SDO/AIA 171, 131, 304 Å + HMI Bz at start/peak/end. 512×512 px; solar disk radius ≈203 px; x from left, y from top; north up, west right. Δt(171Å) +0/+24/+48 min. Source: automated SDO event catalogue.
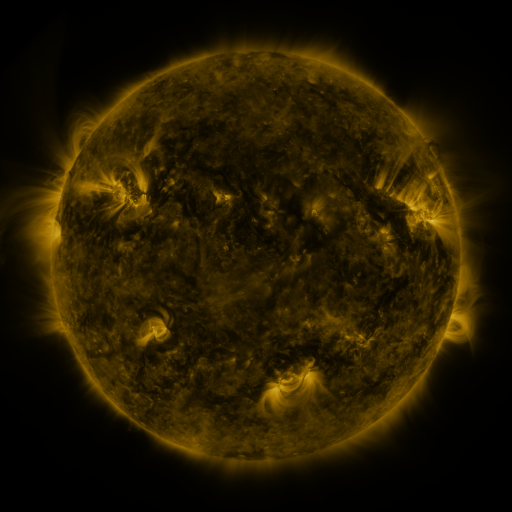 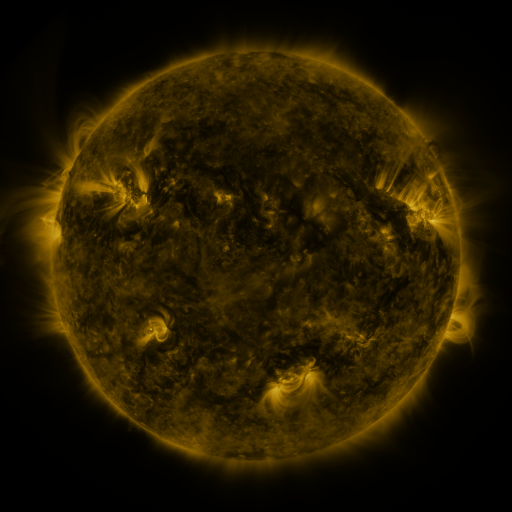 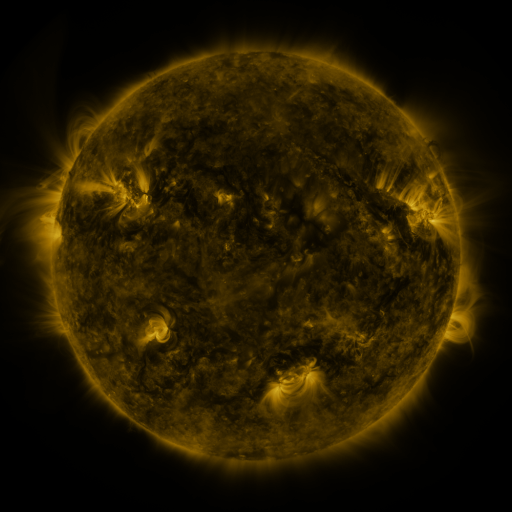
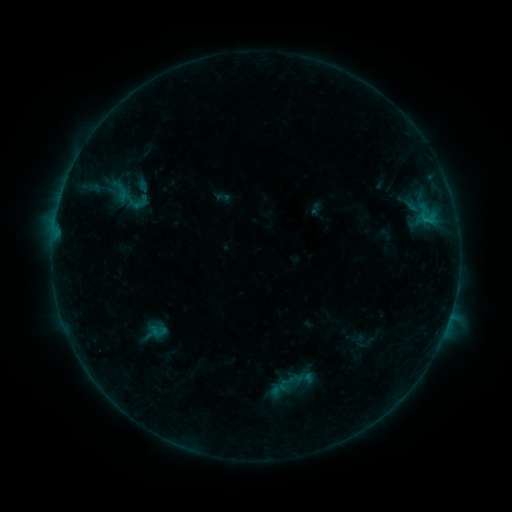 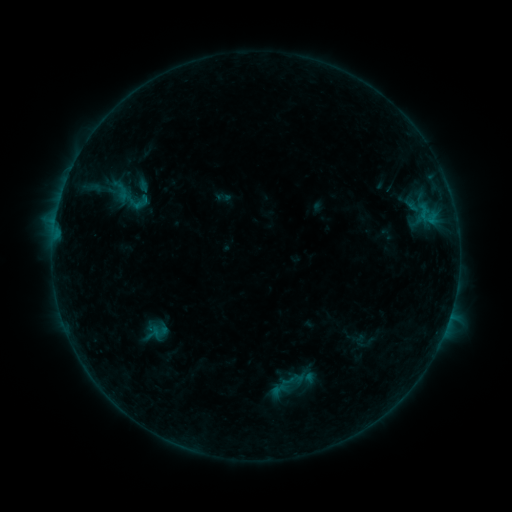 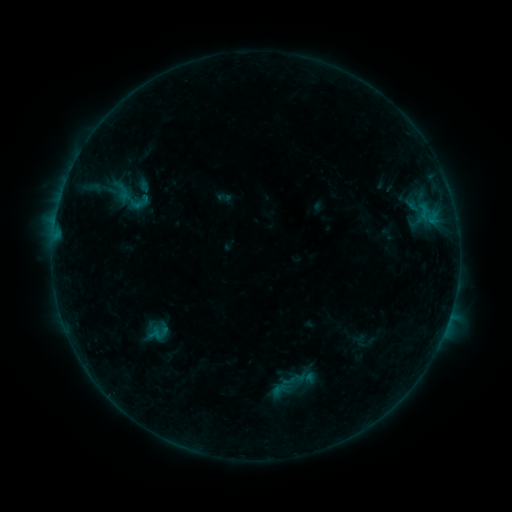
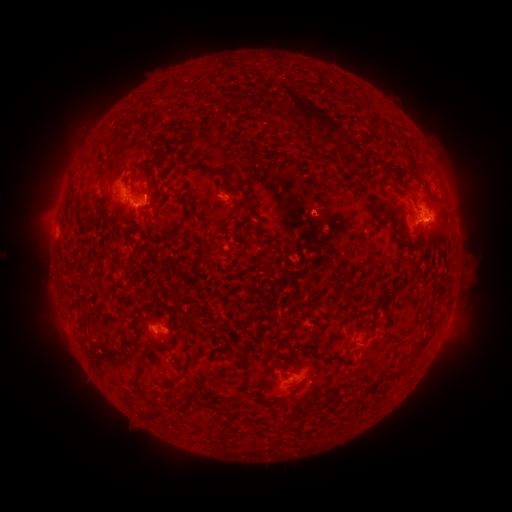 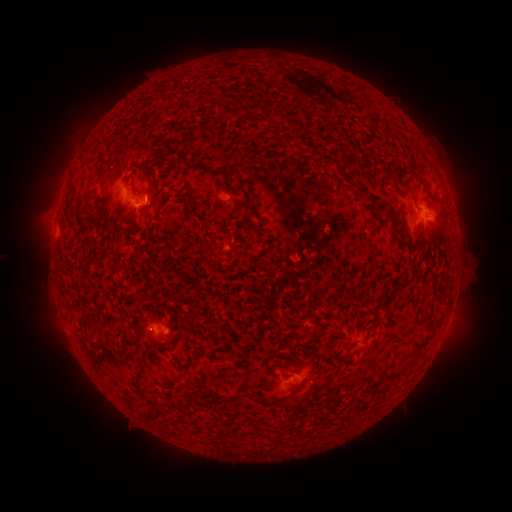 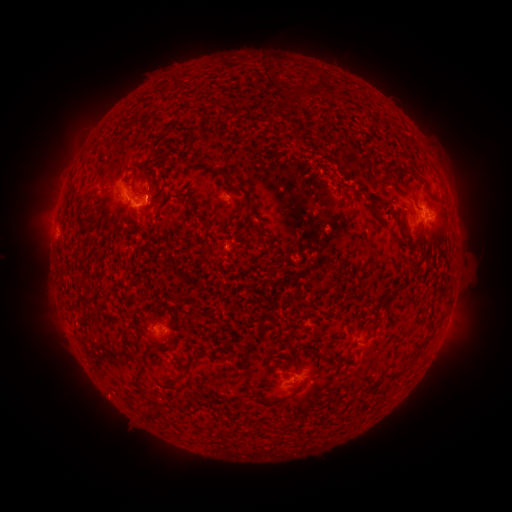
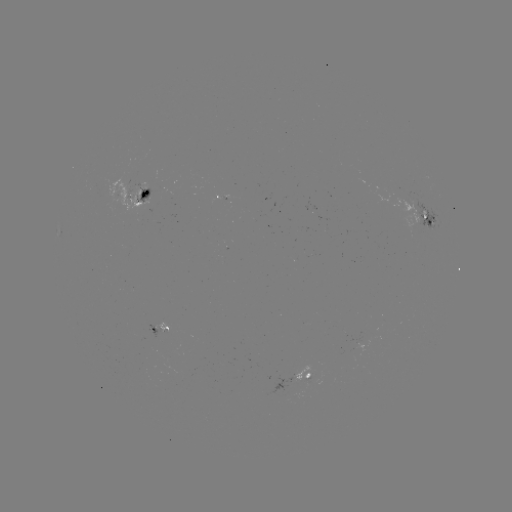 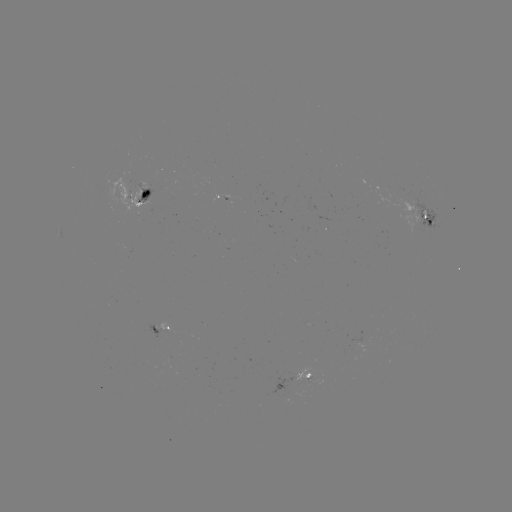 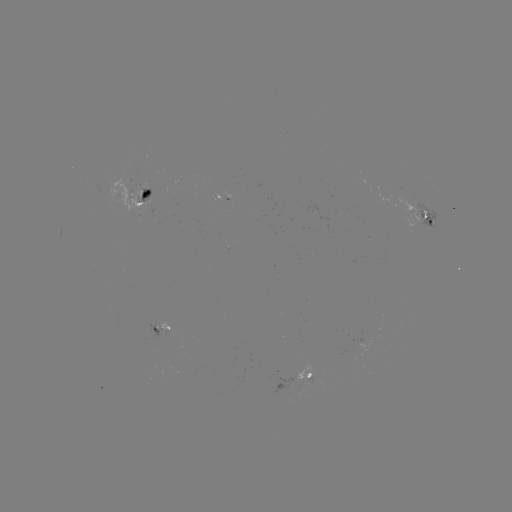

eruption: (285, 47, 349, 145)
